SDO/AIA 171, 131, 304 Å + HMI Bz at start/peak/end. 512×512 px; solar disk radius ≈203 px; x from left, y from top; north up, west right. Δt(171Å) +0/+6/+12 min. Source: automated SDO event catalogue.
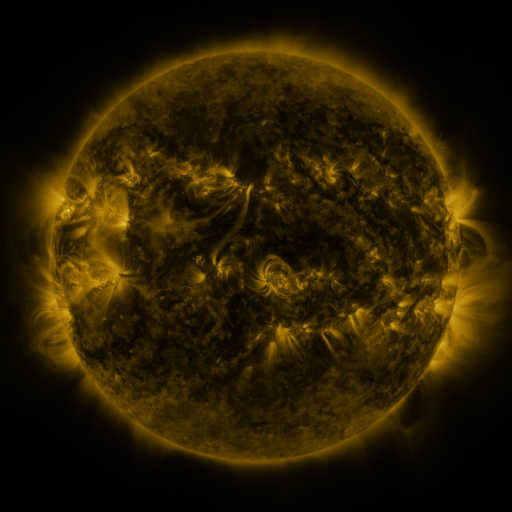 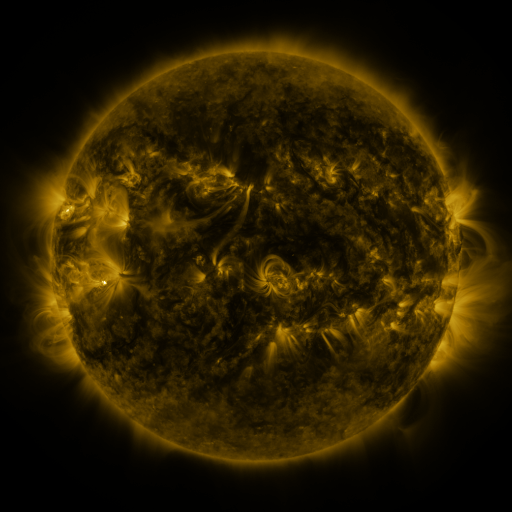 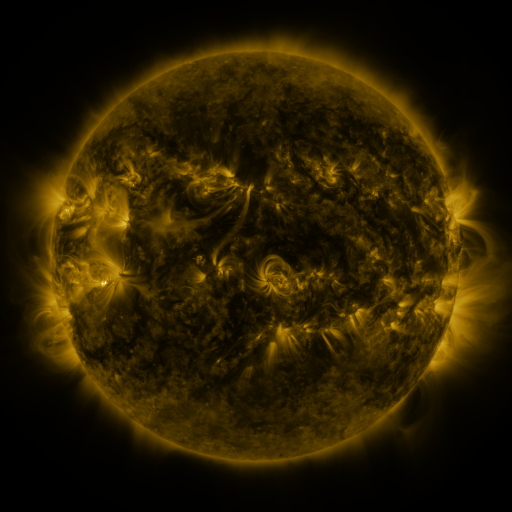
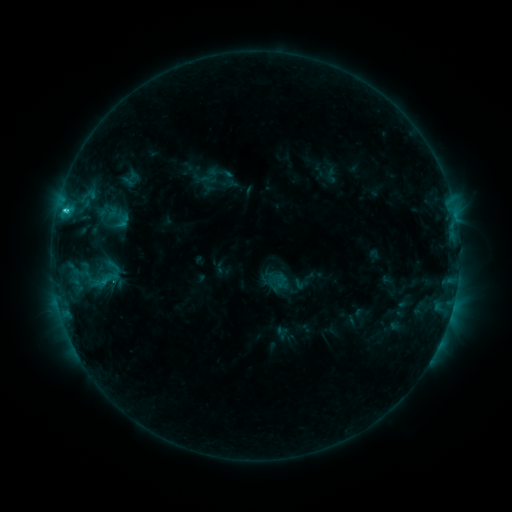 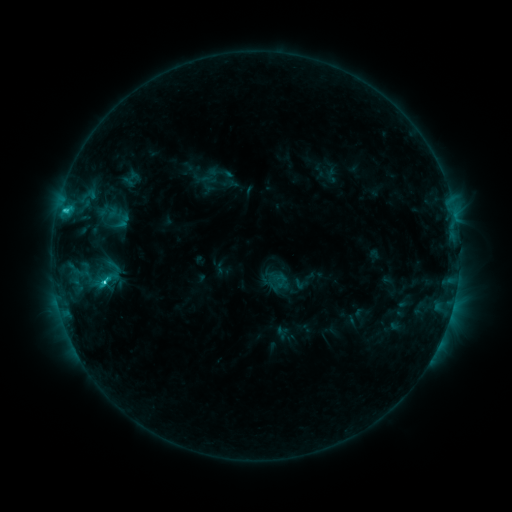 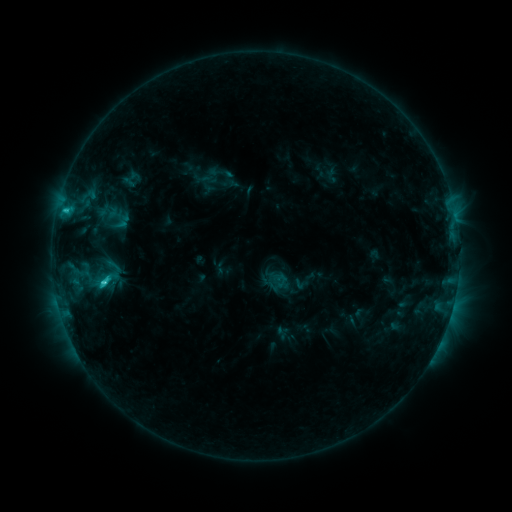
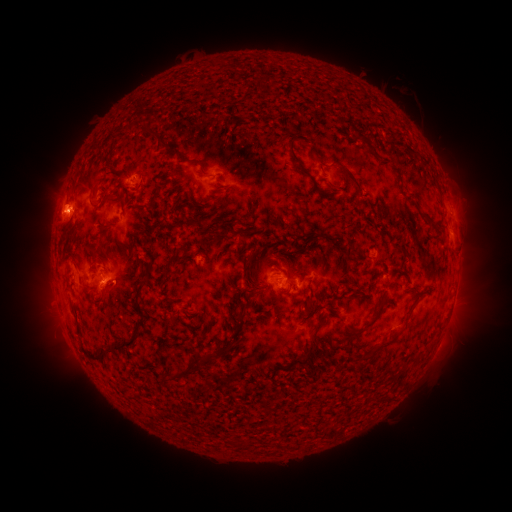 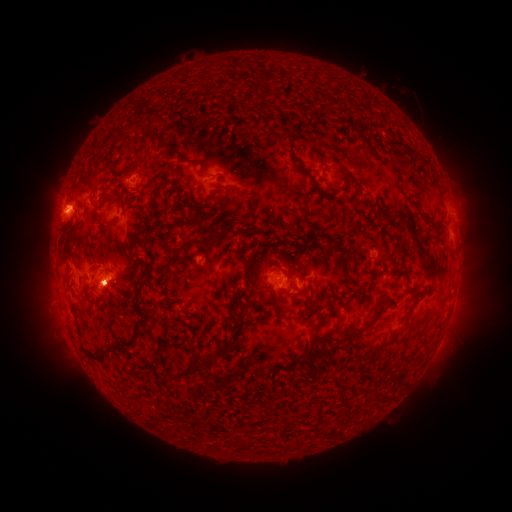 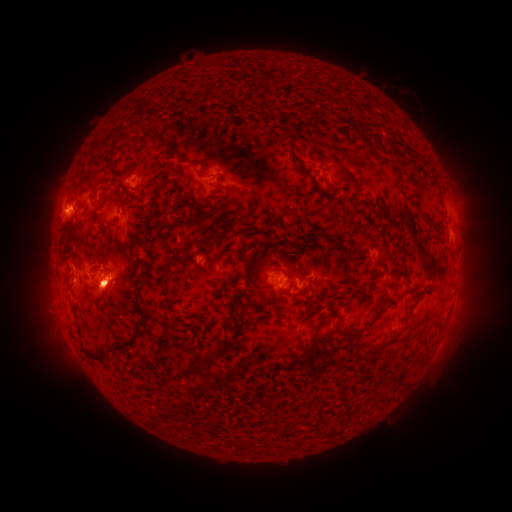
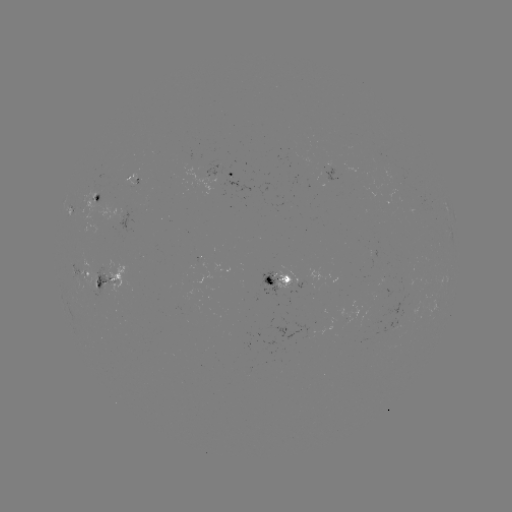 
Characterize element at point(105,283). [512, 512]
C3.2 flare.